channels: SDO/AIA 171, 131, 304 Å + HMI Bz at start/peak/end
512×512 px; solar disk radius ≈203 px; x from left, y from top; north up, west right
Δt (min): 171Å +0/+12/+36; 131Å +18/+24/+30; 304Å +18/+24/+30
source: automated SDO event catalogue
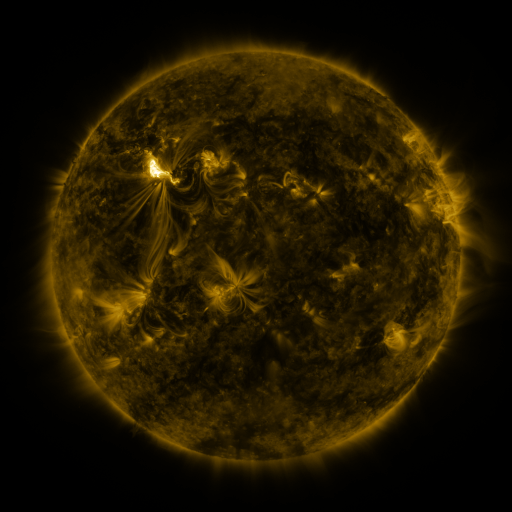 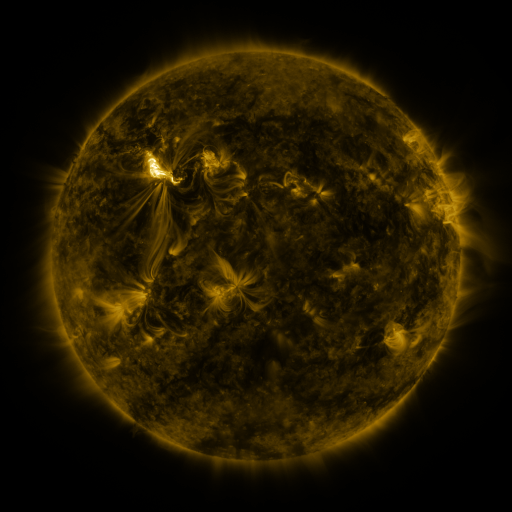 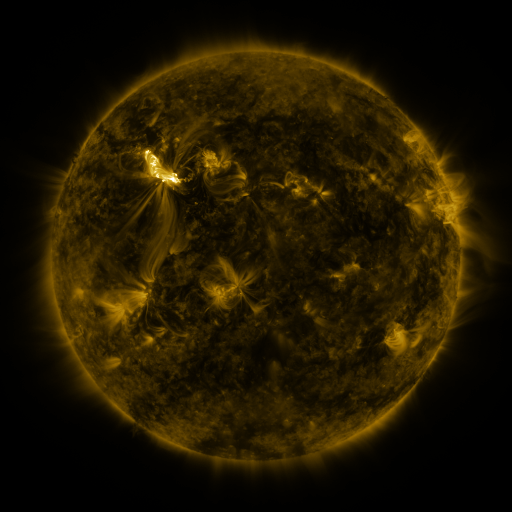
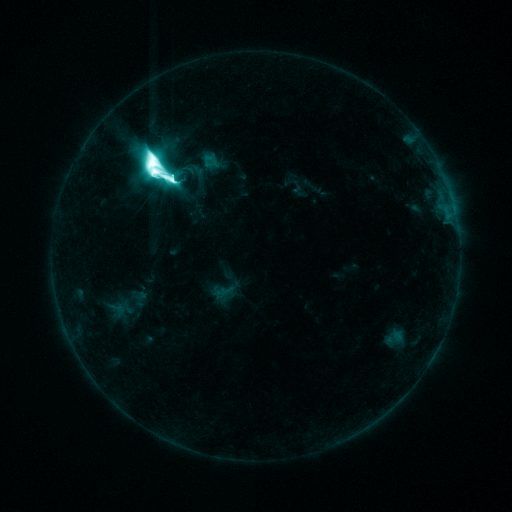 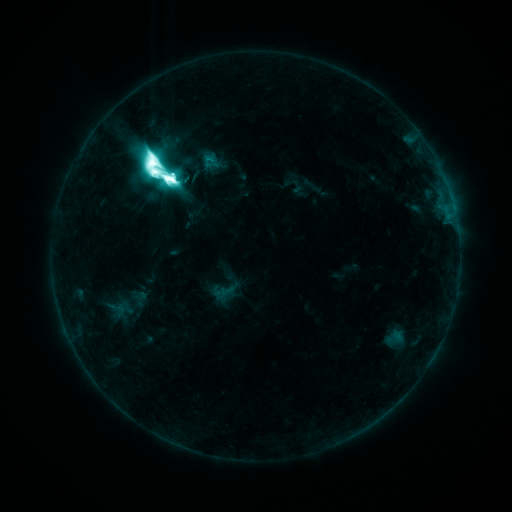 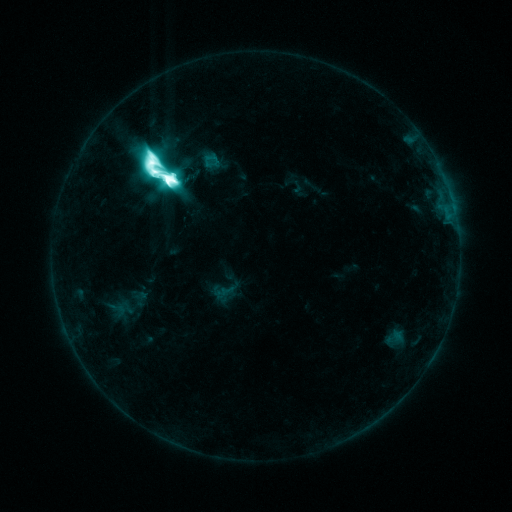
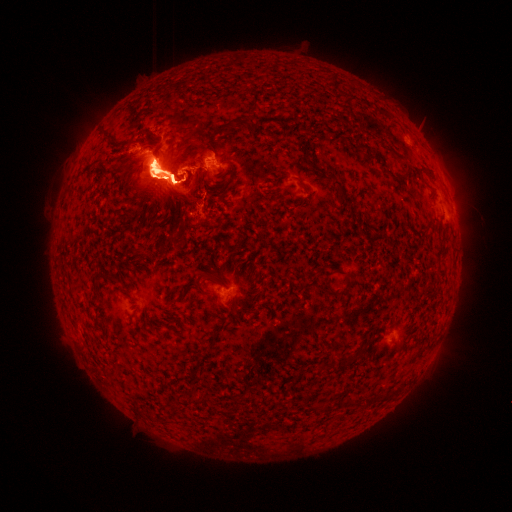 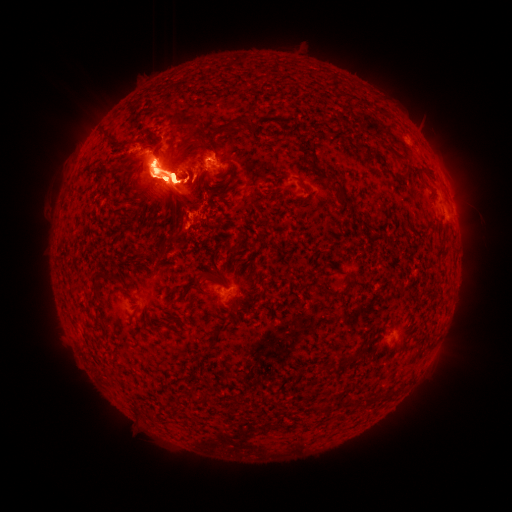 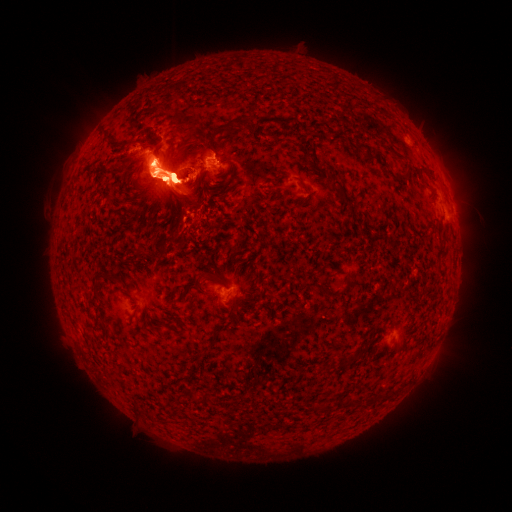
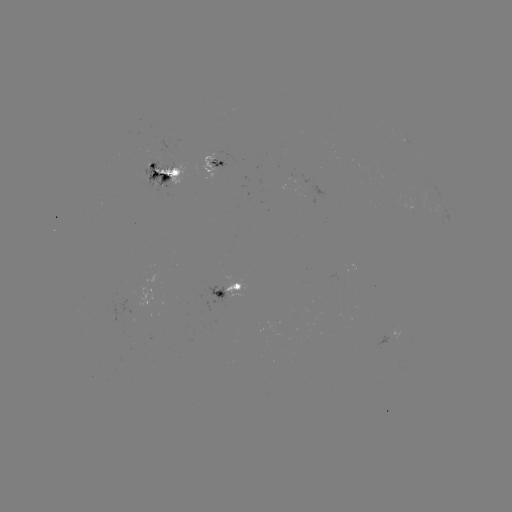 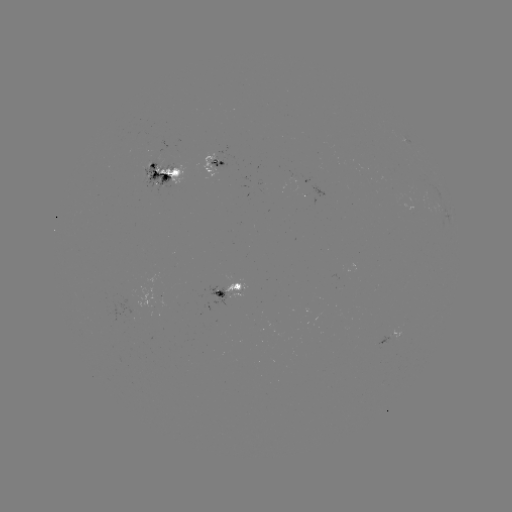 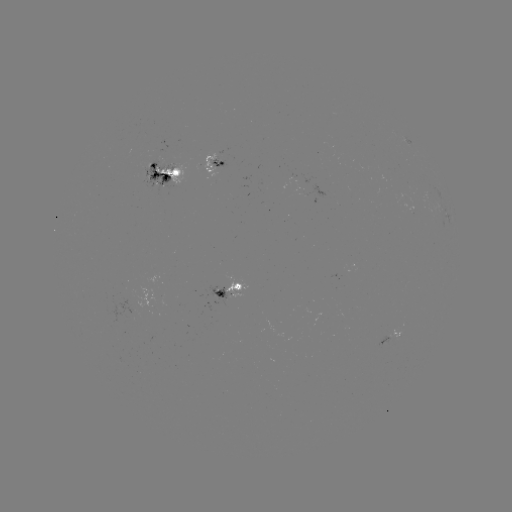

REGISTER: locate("eruption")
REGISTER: (171, 85)